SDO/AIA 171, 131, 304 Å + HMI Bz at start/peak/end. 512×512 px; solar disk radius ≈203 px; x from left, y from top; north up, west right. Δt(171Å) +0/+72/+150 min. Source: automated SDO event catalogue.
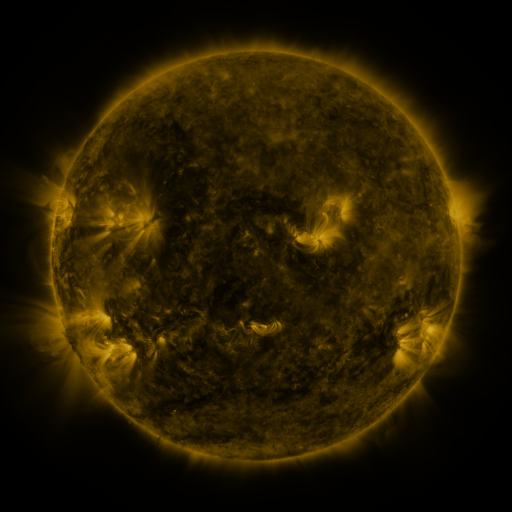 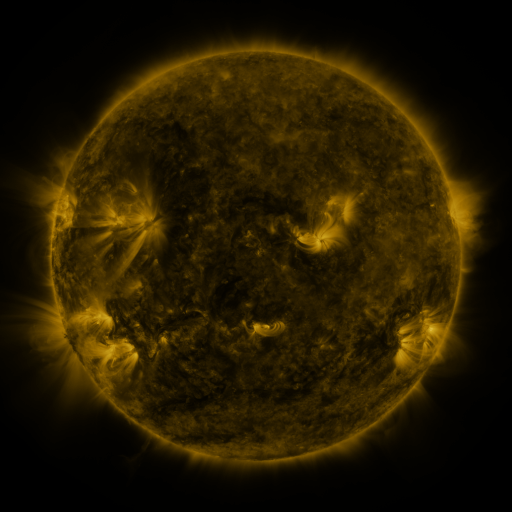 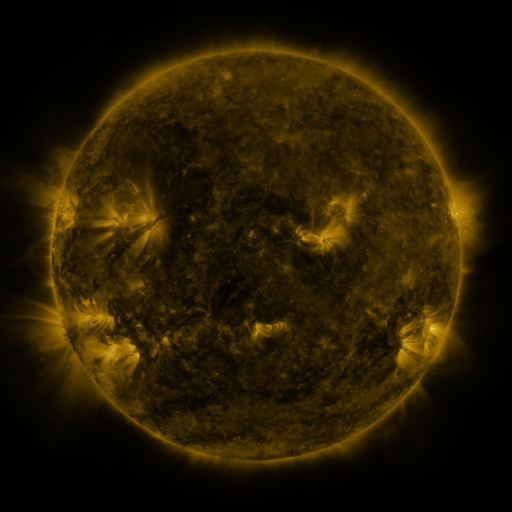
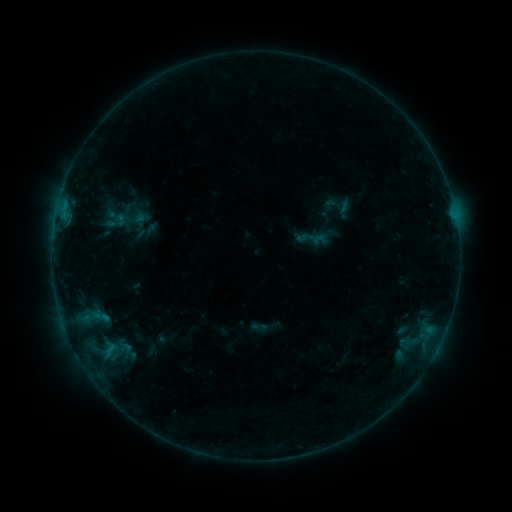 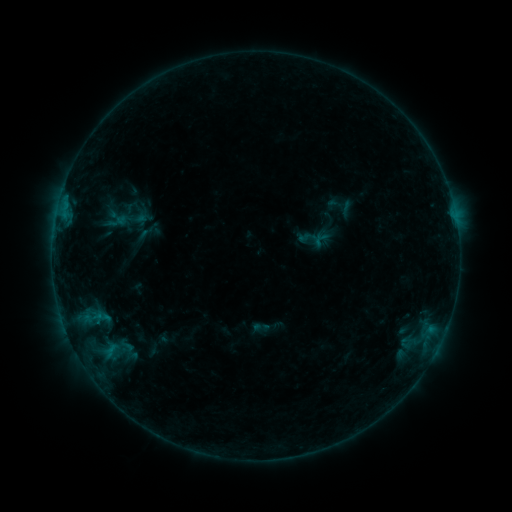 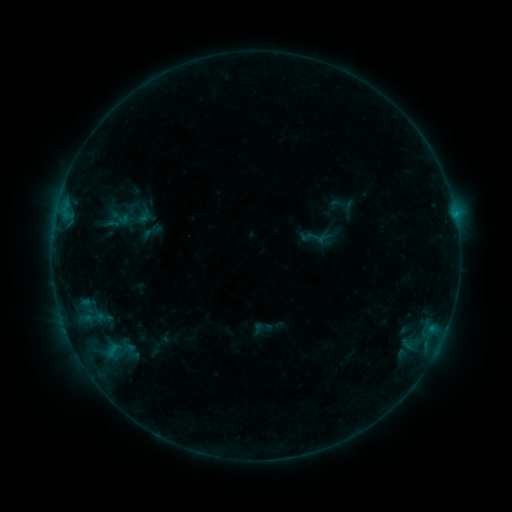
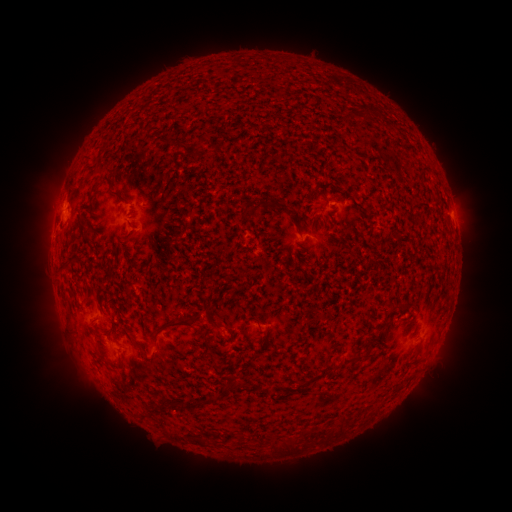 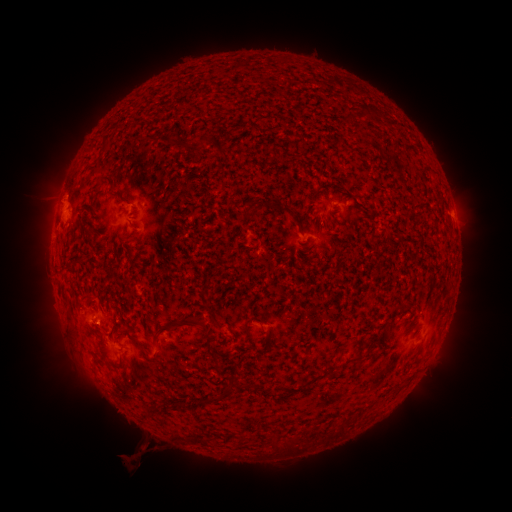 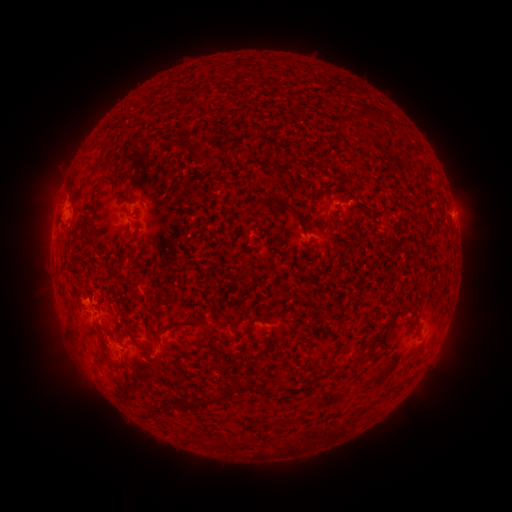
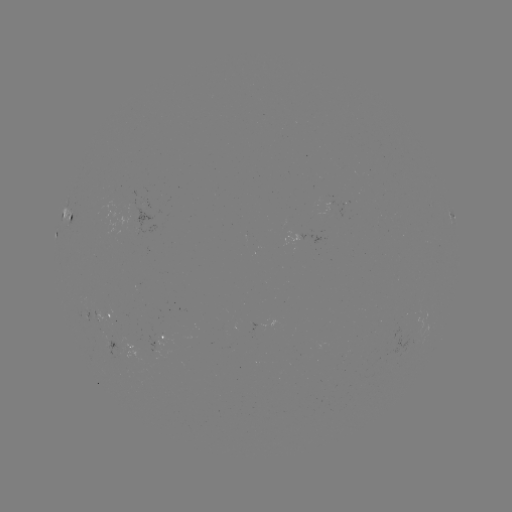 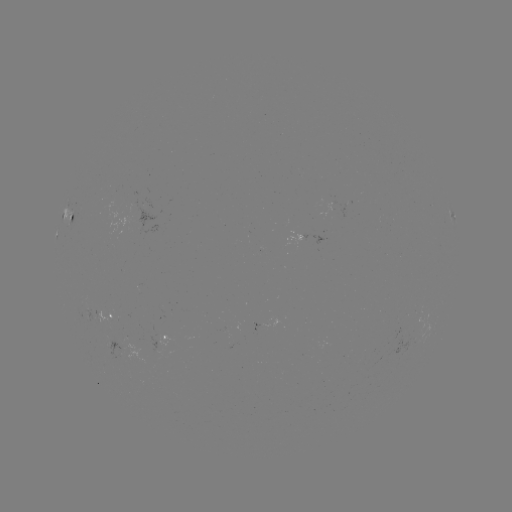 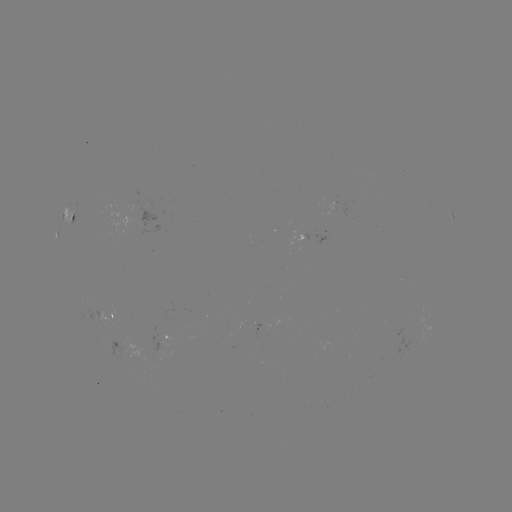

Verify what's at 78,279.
filament eruption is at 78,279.